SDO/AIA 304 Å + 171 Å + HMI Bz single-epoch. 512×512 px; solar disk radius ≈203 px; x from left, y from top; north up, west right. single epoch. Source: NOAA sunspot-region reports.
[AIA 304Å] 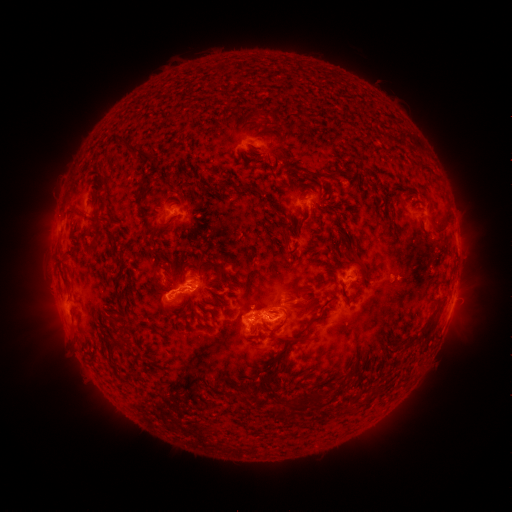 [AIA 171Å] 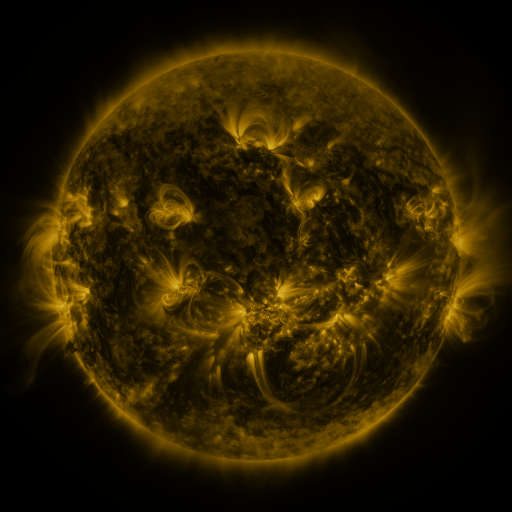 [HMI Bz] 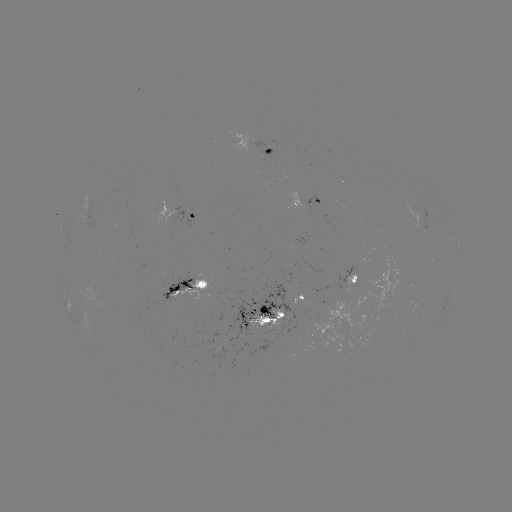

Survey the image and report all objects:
spotted active region: (268, 144)
spotted active region: (307, 205)
spotted active region: (191, 209)
spotted active region: (457, 237)
spotted active region: (354, 276)
spotted active region: (190, 287)
spotted active region: (304, 290)
spotted active region: (453, 305)
spotted active region: (259, 314)
